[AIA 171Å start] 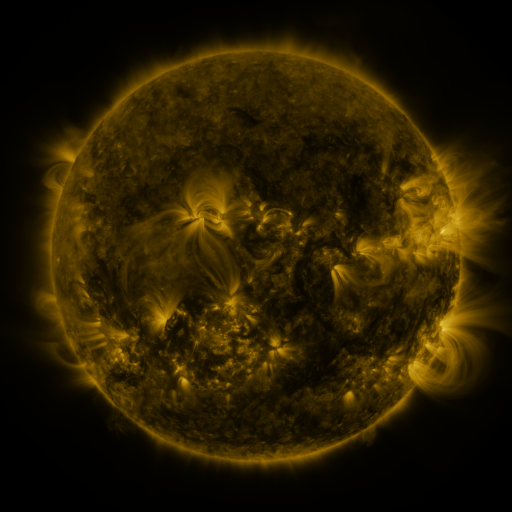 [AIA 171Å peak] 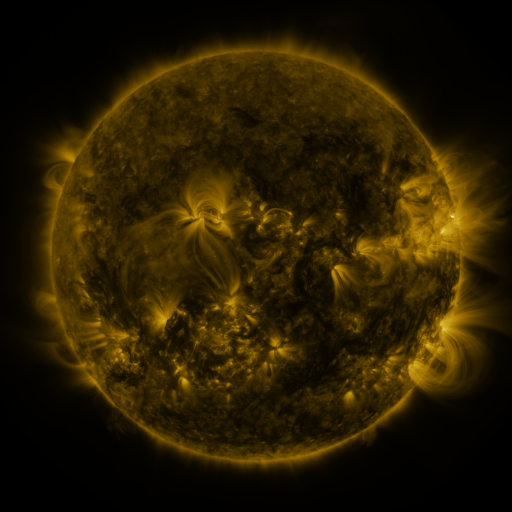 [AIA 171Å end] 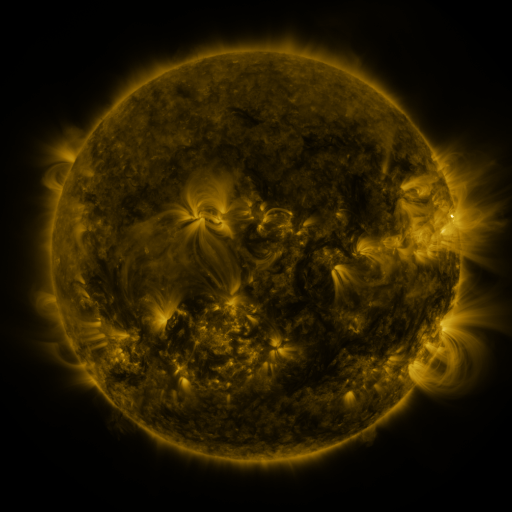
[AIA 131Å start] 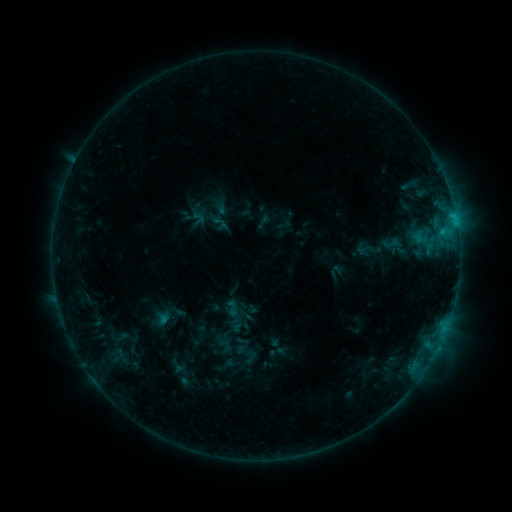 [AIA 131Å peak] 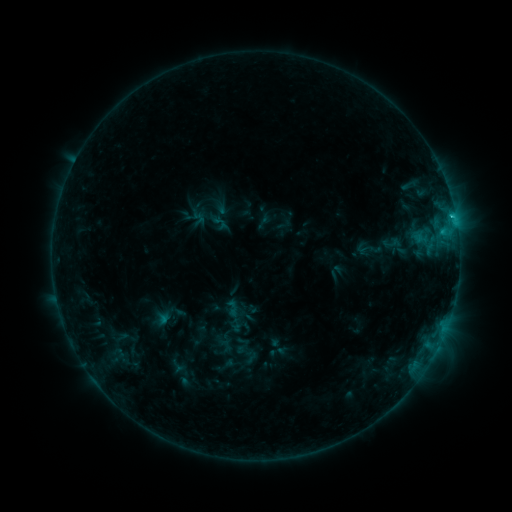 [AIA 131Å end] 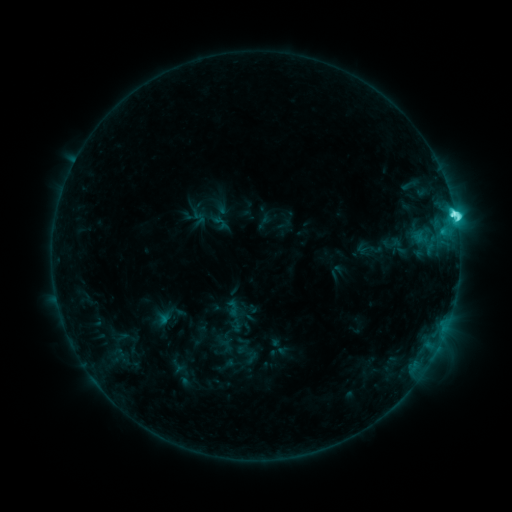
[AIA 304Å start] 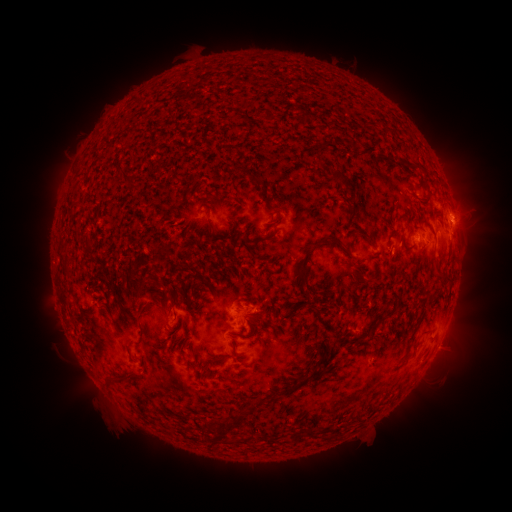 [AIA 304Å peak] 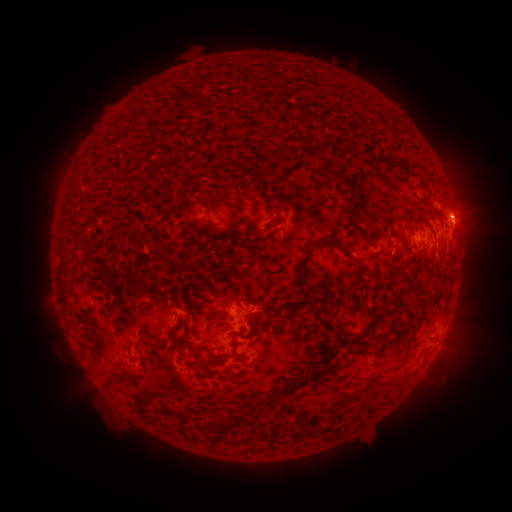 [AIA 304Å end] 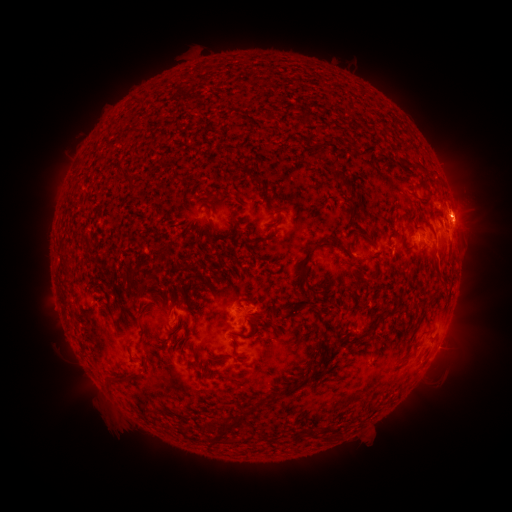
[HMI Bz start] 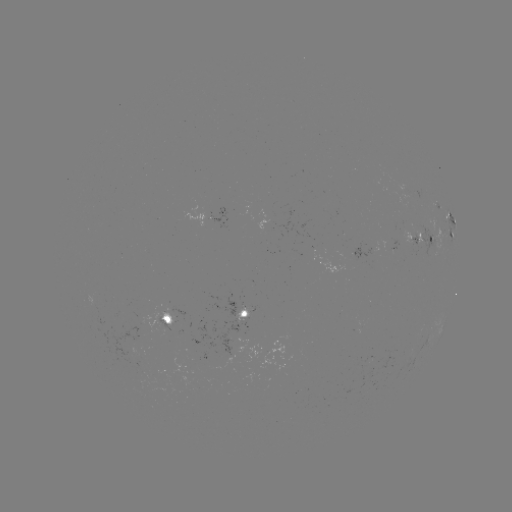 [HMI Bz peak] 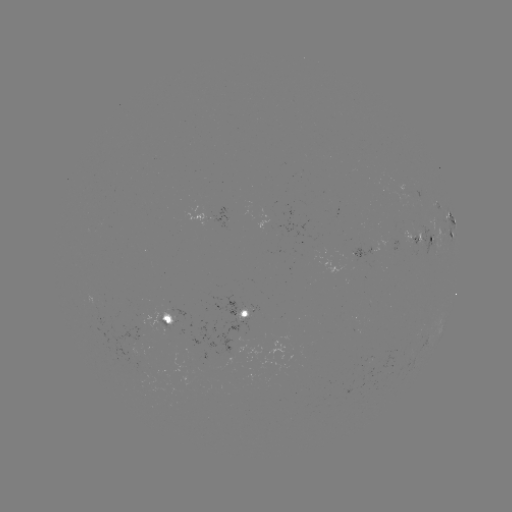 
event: flare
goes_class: M1.3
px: (452, 217)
